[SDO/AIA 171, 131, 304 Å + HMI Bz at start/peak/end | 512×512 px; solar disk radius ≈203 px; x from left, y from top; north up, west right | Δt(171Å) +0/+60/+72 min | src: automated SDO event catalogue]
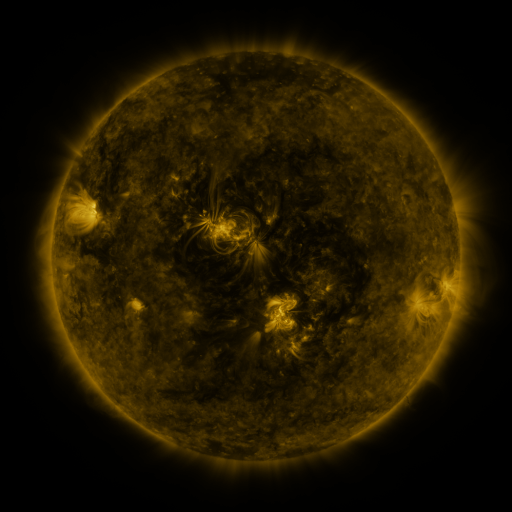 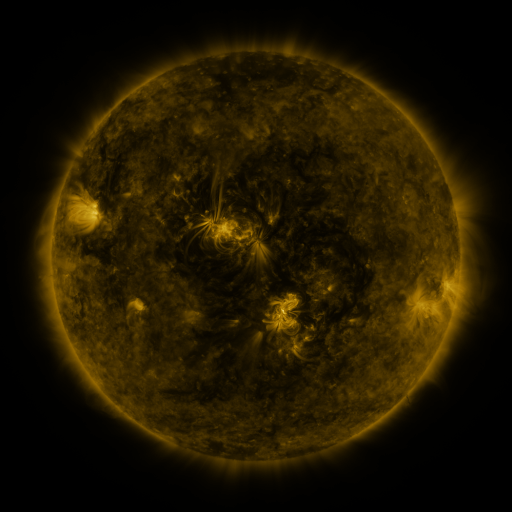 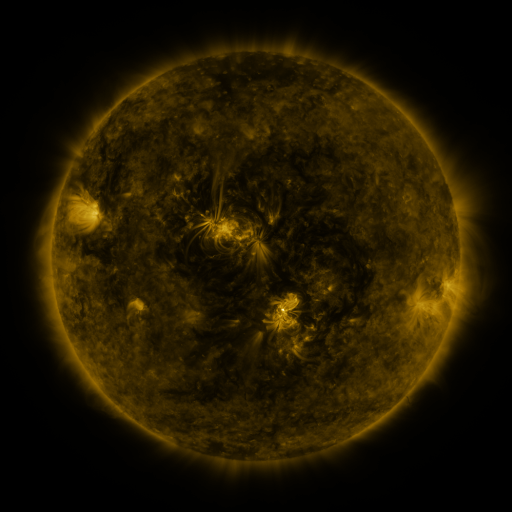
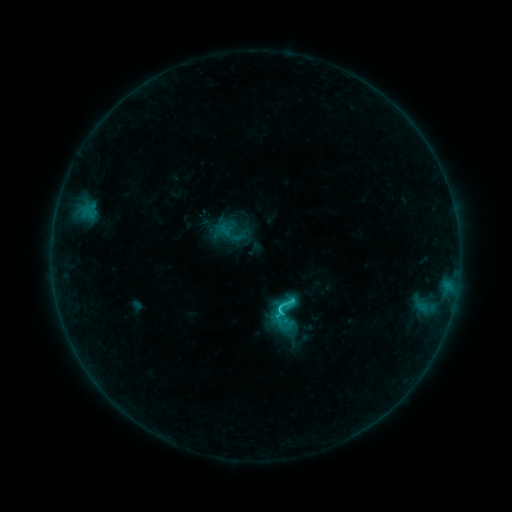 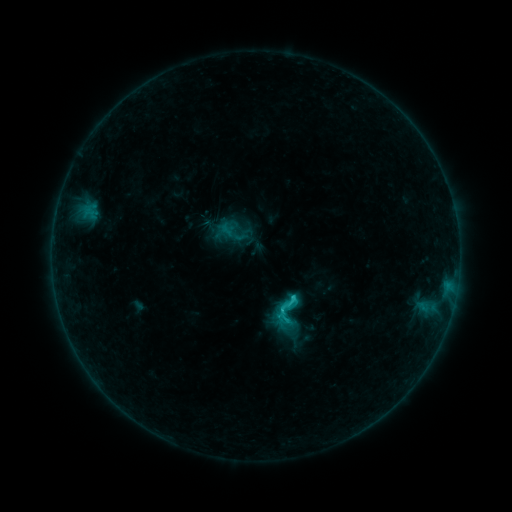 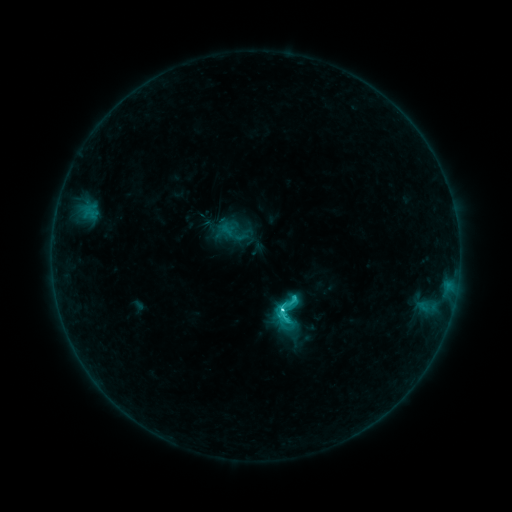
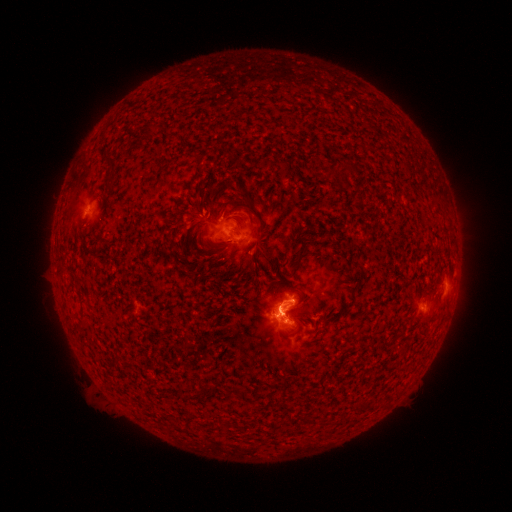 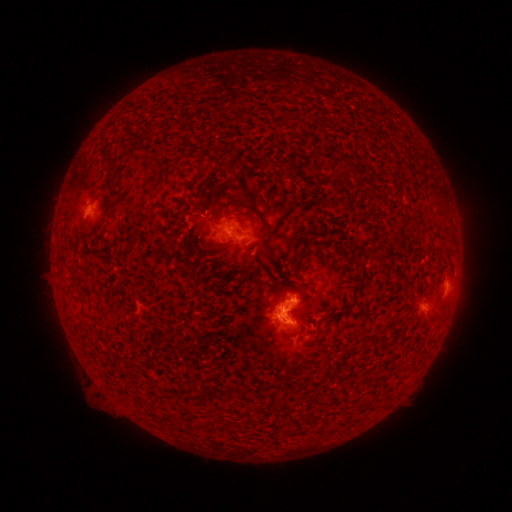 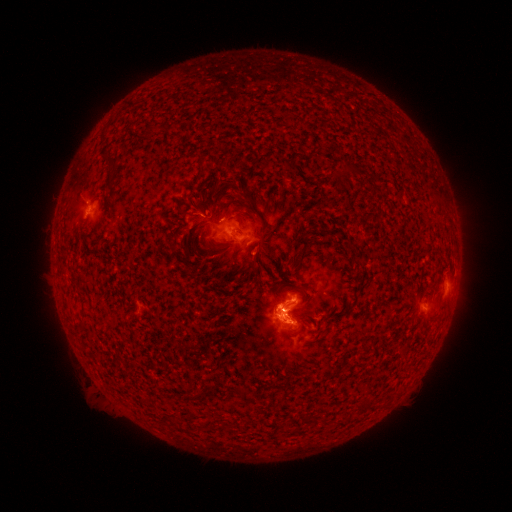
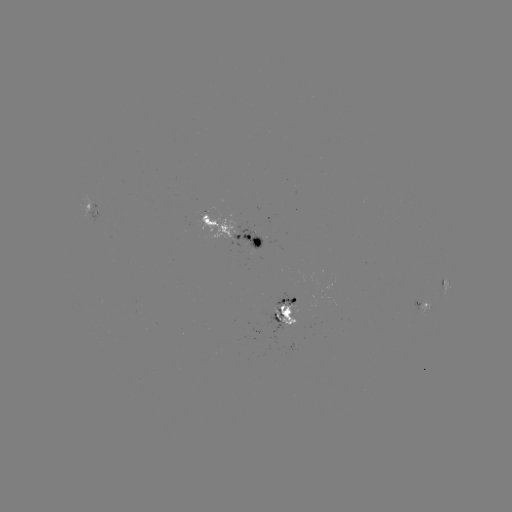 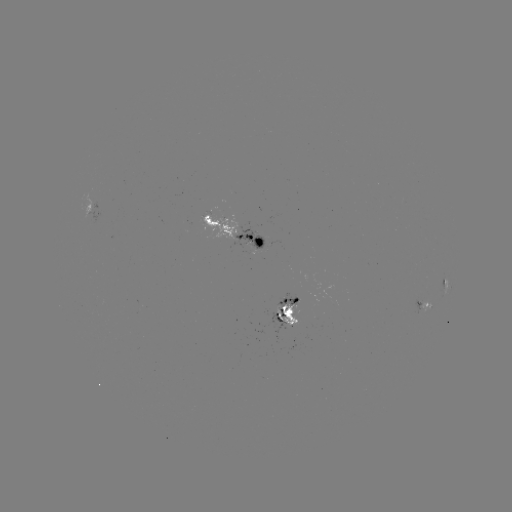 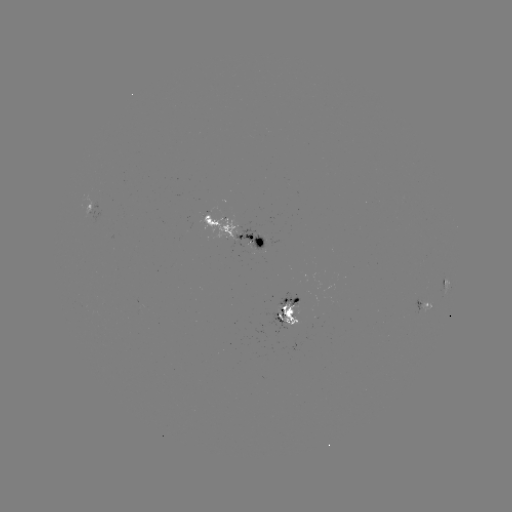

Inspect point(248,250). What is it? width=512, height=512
emerging-flux region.